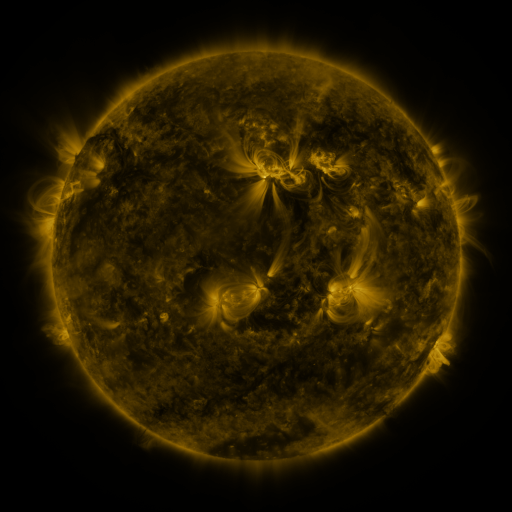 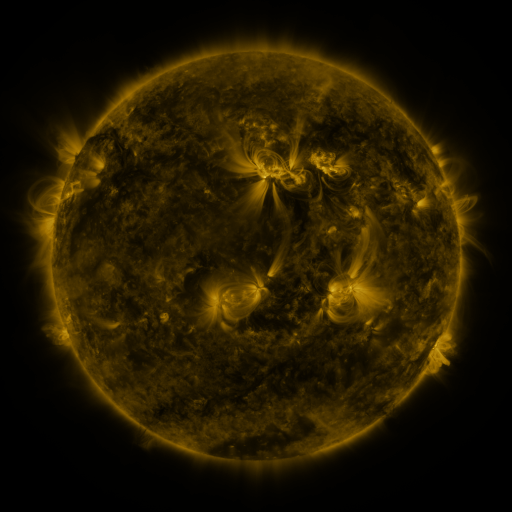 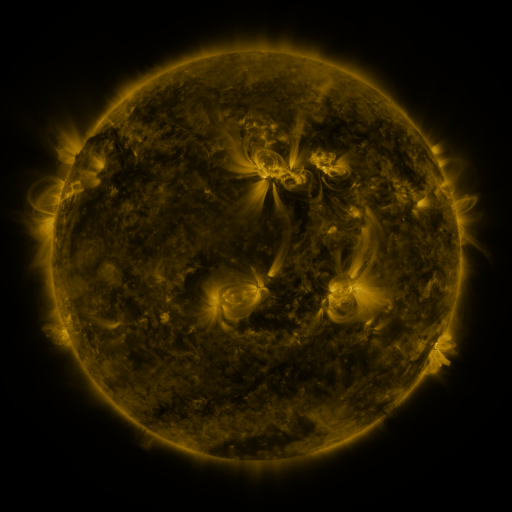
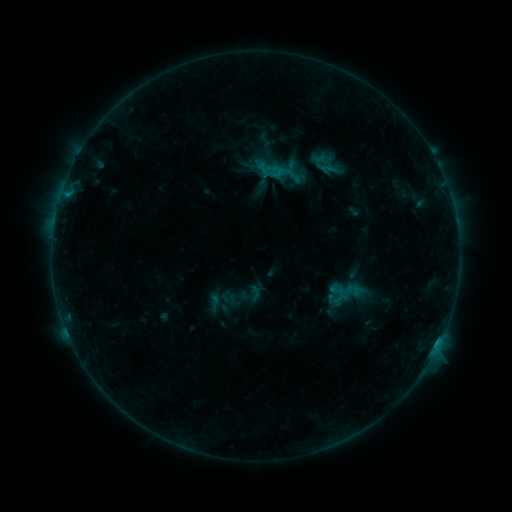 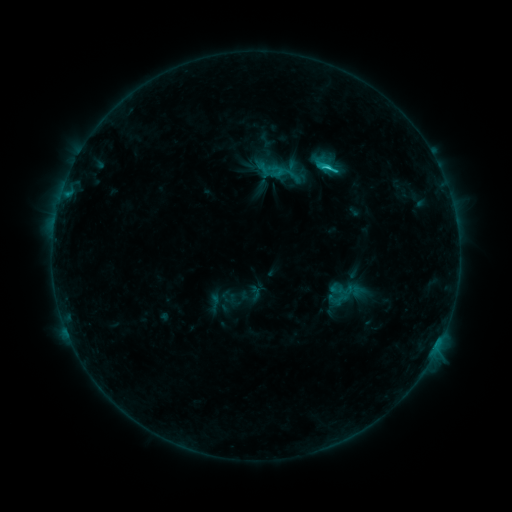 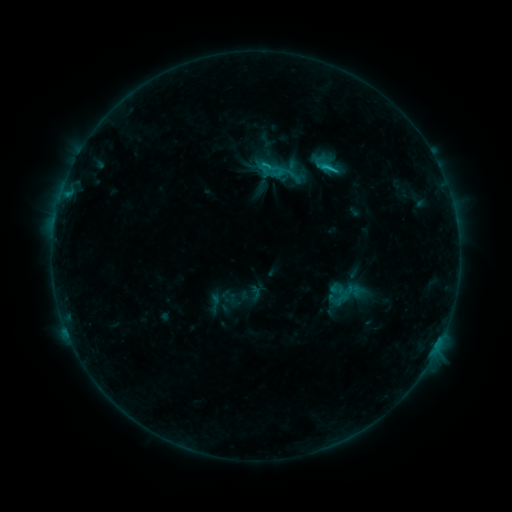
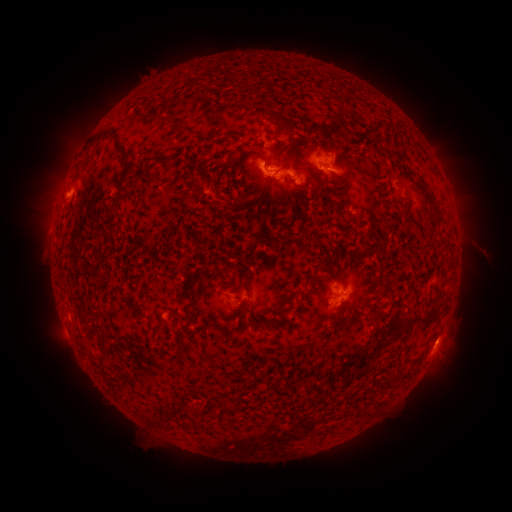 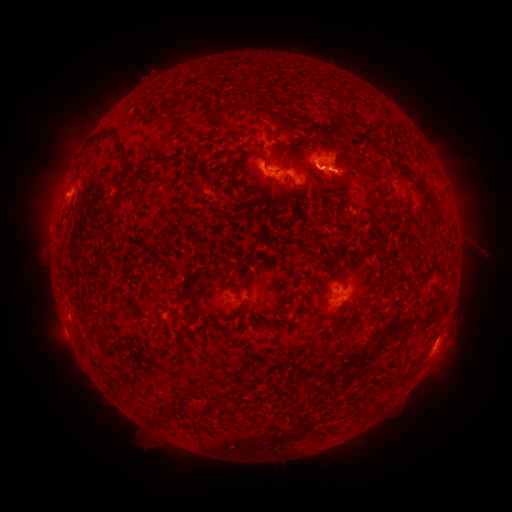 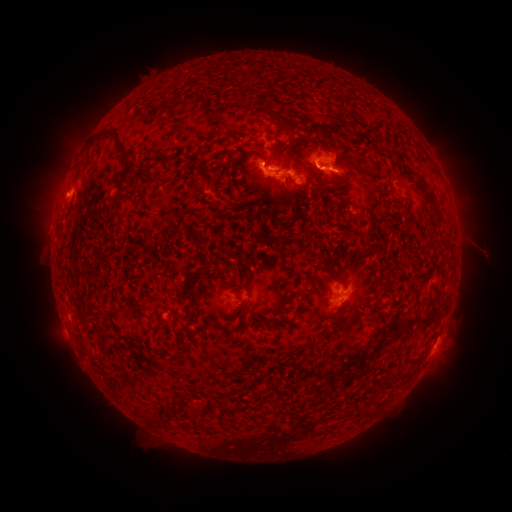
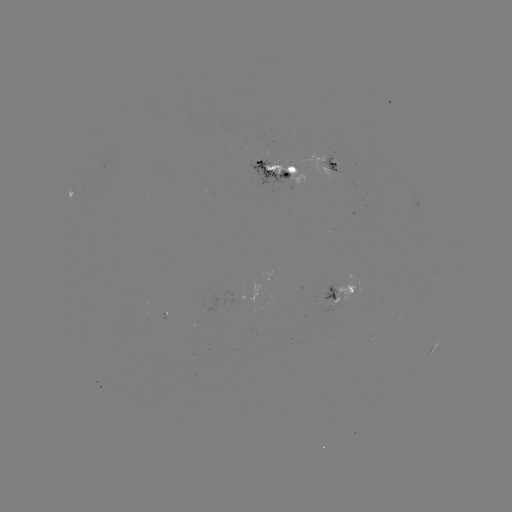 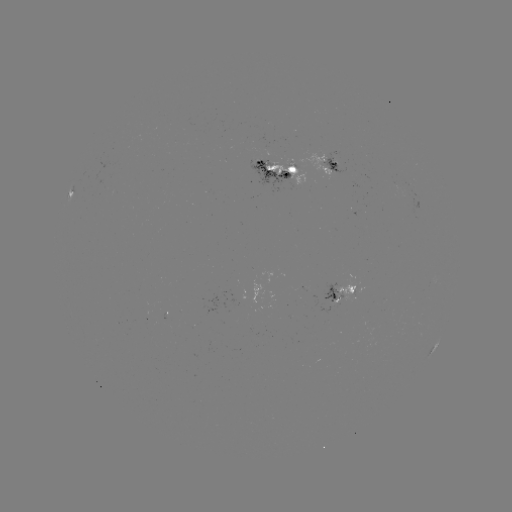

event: flare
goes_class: C2.0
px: (325, 170)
